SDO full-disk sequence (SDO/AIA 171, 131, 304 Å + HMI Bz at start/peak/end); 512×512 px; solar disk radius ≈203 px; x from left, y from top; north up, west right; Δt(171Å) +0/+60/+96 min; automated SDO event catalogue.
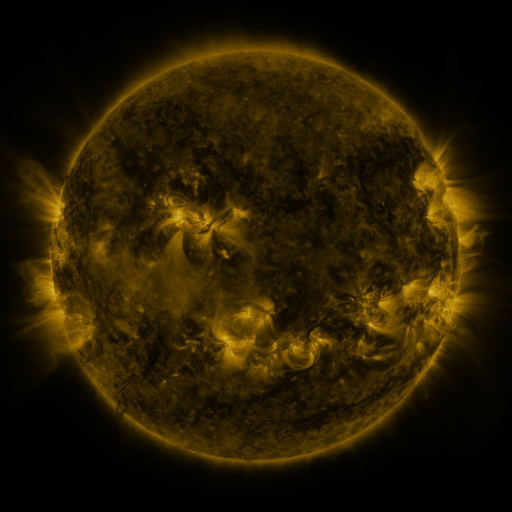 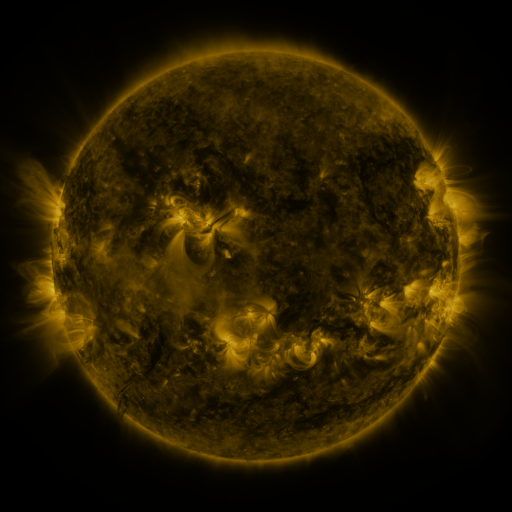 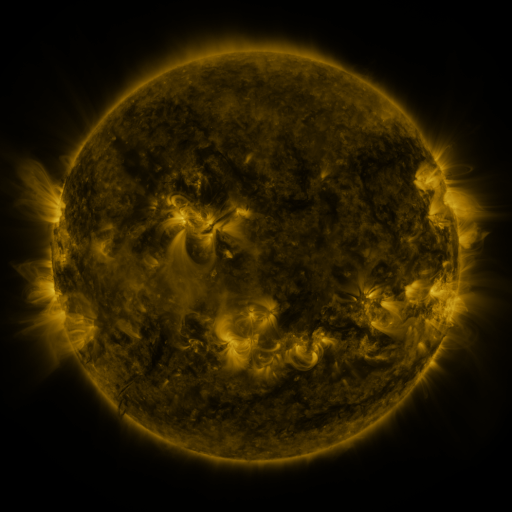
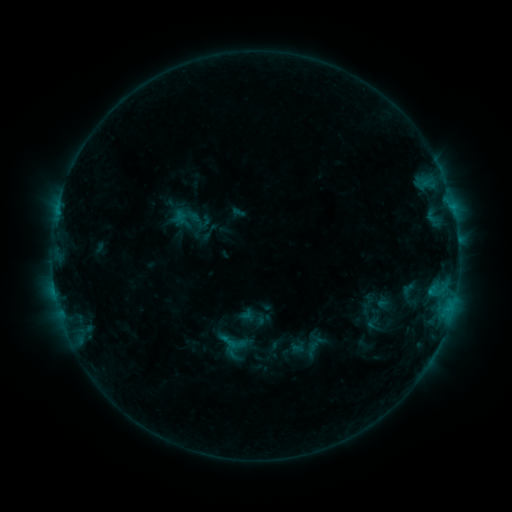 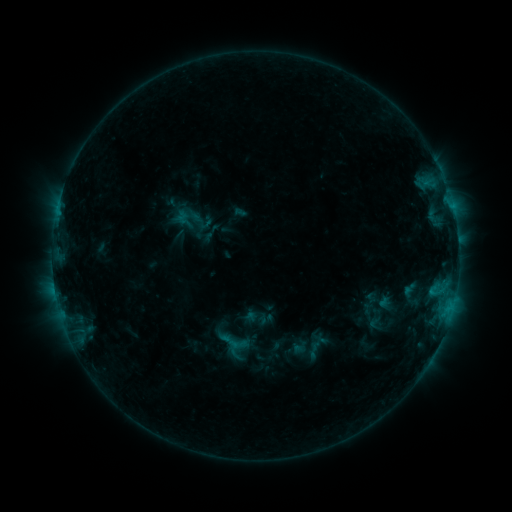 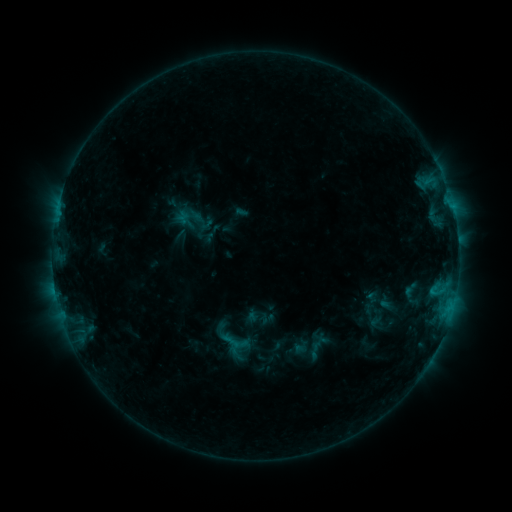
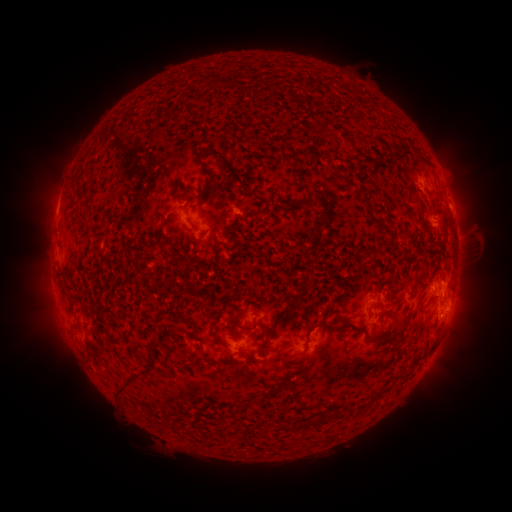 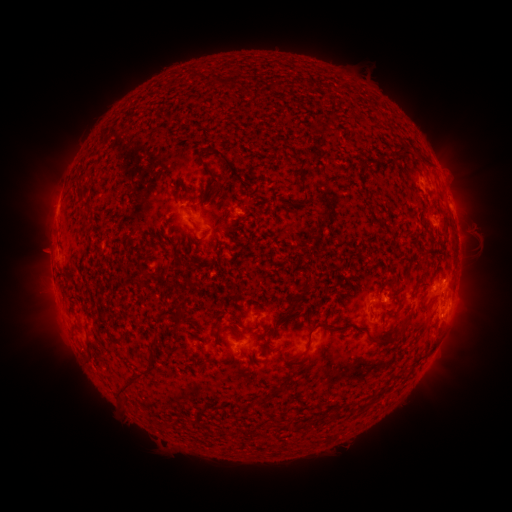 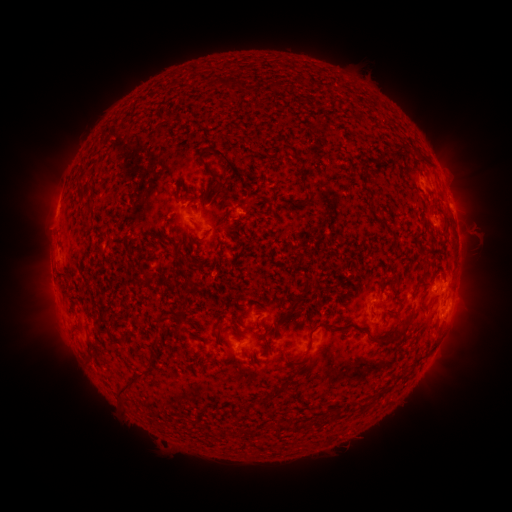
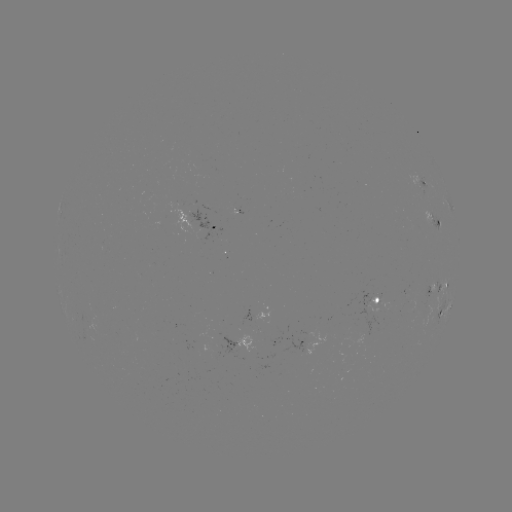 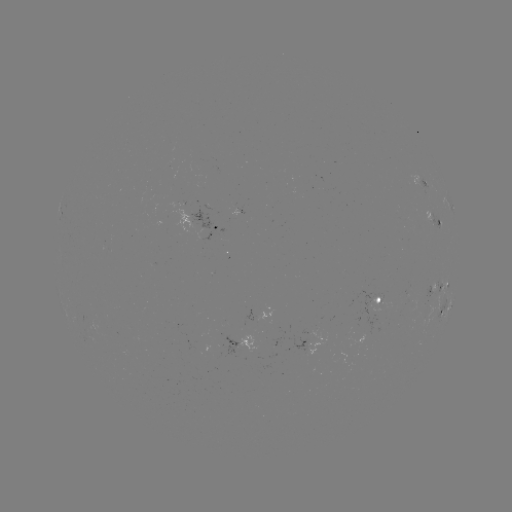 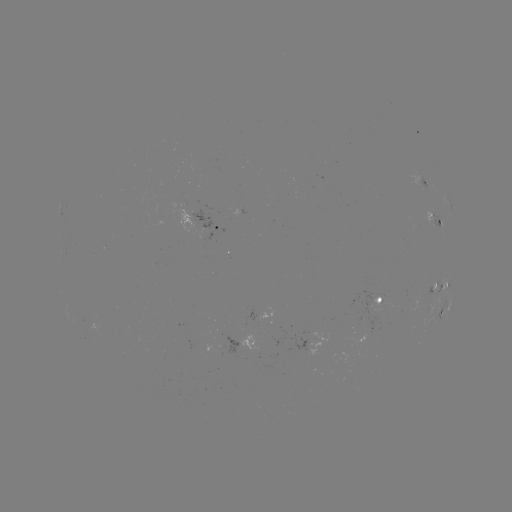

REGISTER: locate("emerging-flux region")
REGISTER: [203, 227]